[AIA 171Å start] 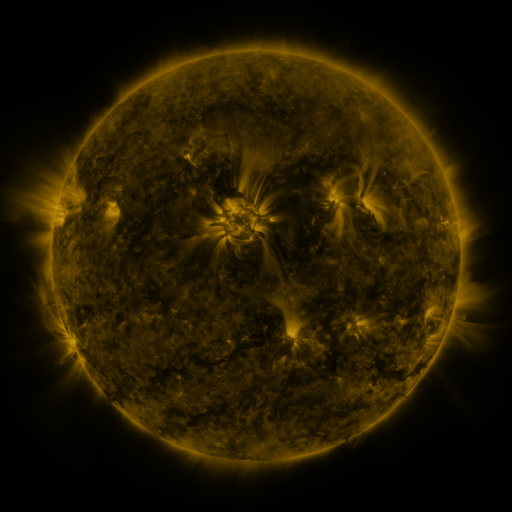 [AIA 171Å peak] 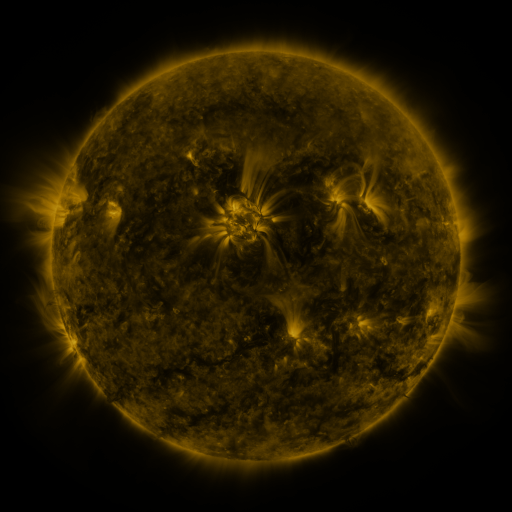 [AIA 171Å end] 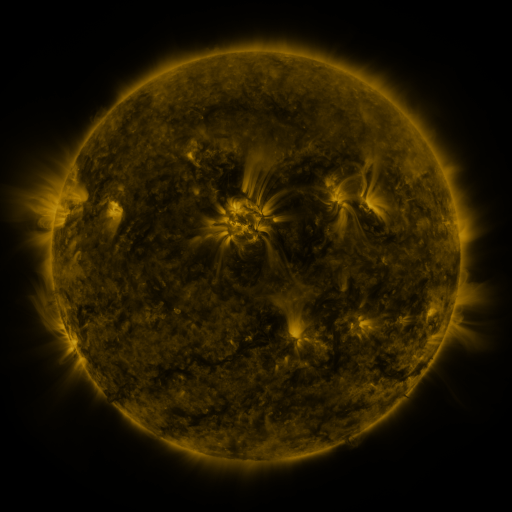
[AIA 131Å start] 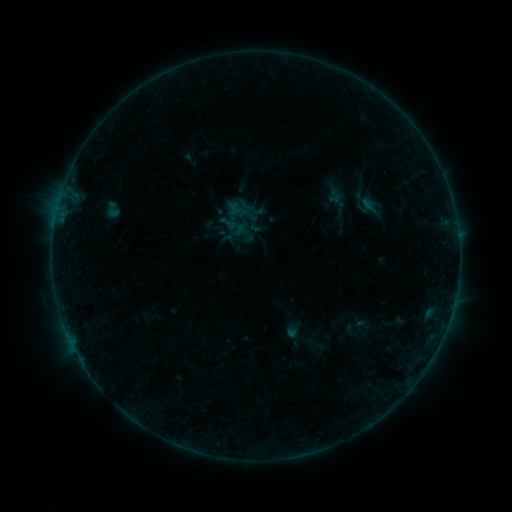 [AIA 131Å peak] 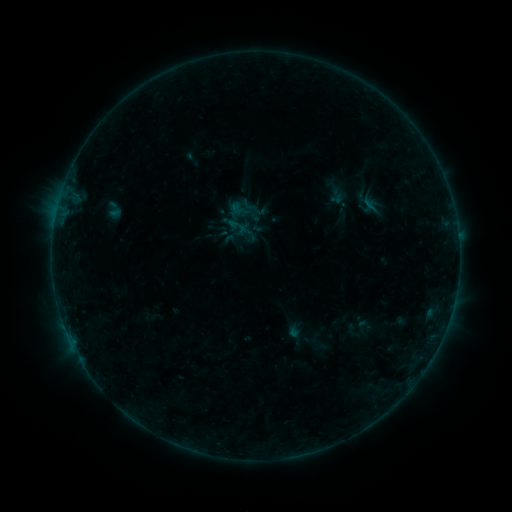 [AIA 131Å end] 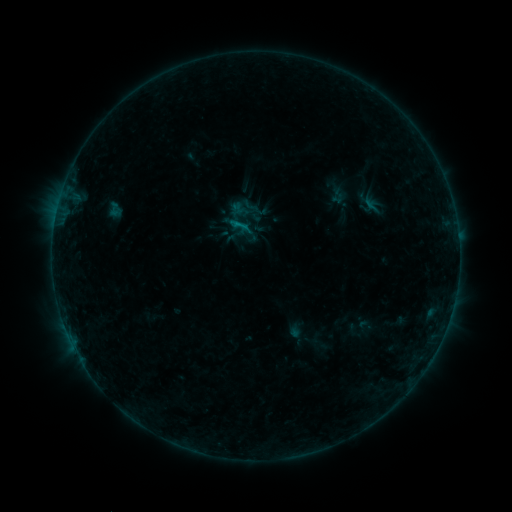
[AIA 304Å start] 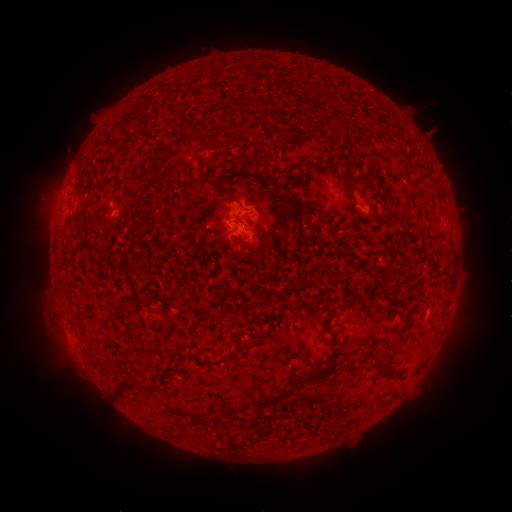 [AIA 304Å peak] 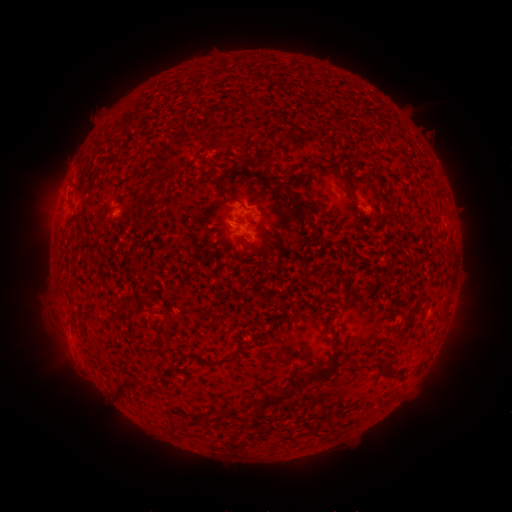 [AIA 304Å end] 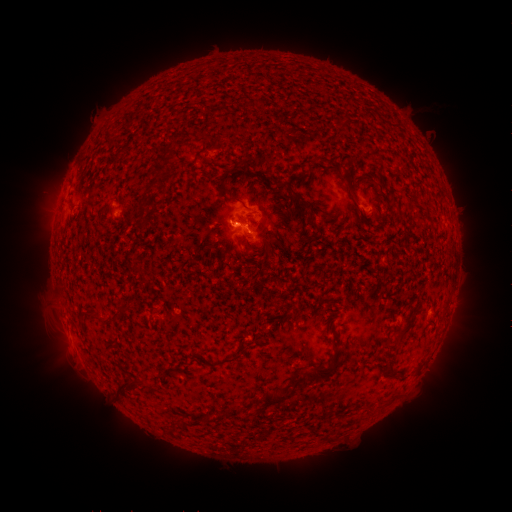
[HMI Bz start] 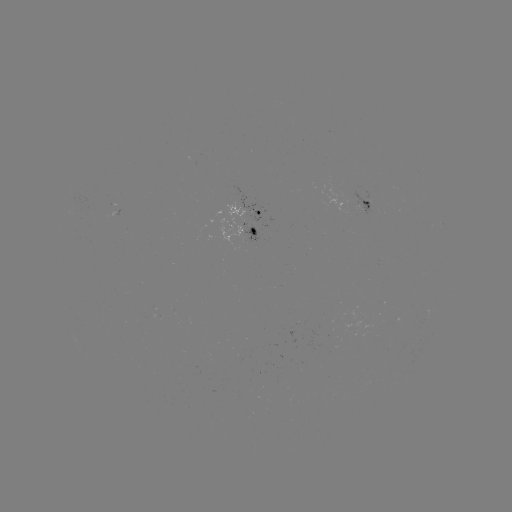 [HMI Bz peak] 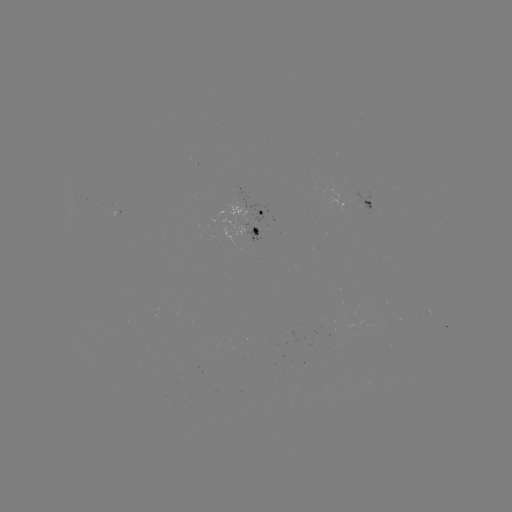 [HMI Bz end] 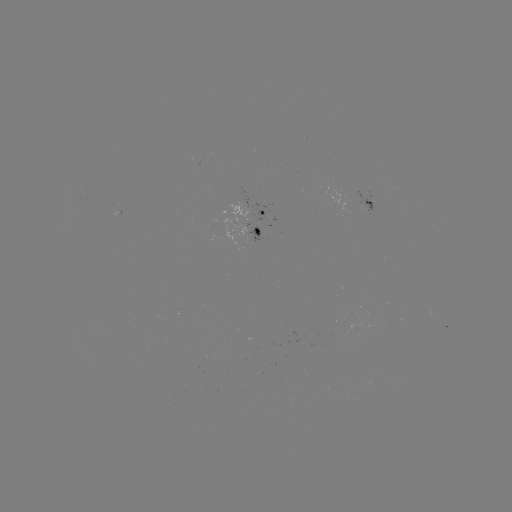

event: emerging-flux region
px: (365, 207)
